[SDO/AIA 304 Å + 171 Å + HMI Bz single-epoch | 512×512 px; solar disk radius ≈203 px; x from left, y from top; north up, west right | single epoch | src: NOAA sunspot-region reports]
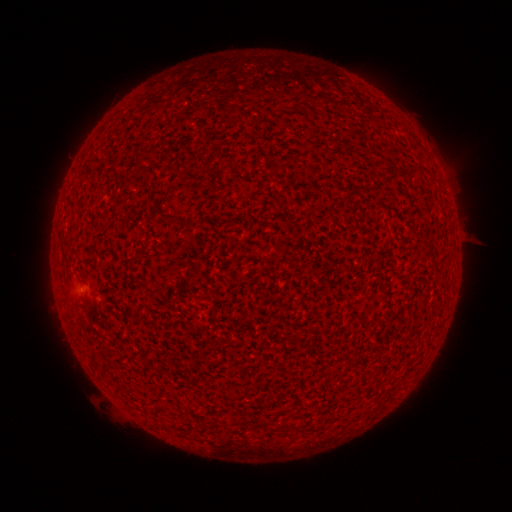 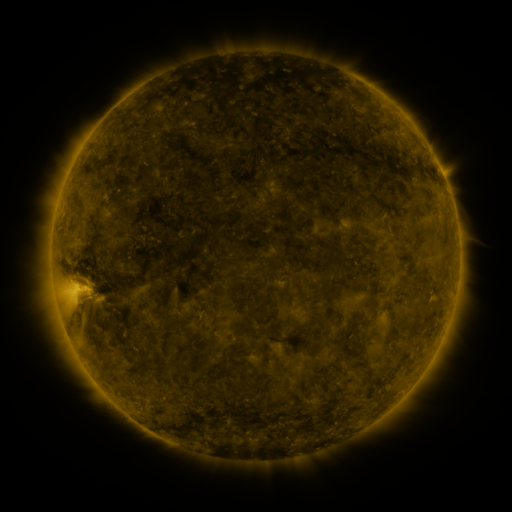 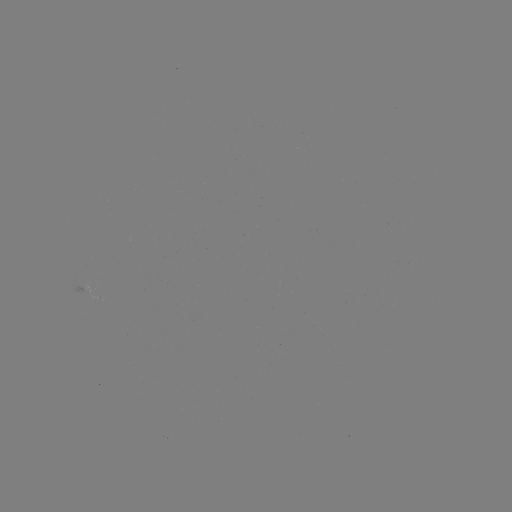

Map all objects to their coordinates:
(none)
